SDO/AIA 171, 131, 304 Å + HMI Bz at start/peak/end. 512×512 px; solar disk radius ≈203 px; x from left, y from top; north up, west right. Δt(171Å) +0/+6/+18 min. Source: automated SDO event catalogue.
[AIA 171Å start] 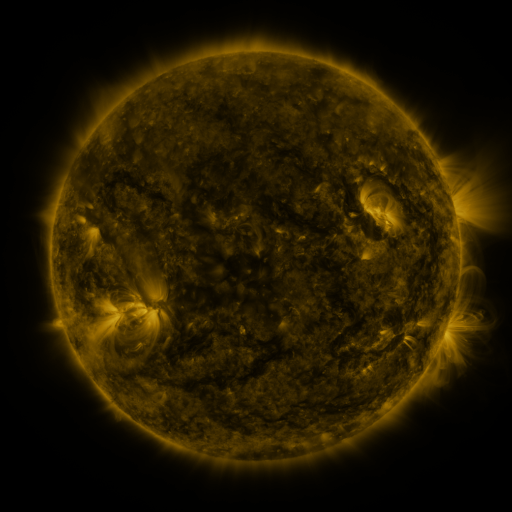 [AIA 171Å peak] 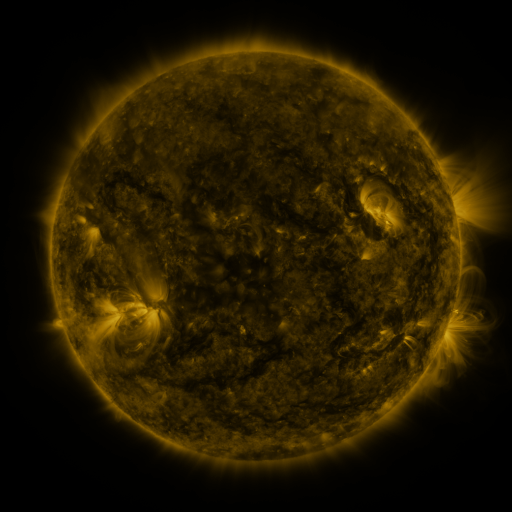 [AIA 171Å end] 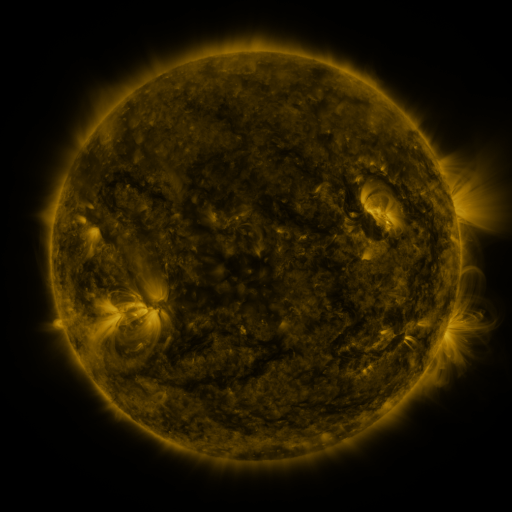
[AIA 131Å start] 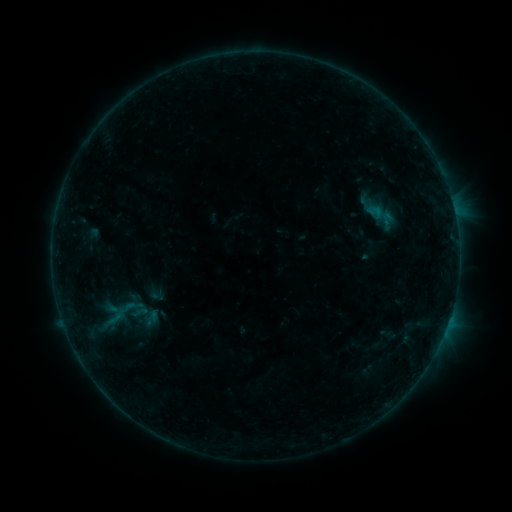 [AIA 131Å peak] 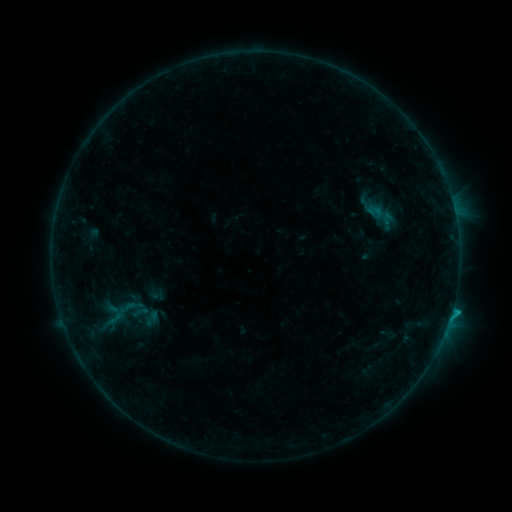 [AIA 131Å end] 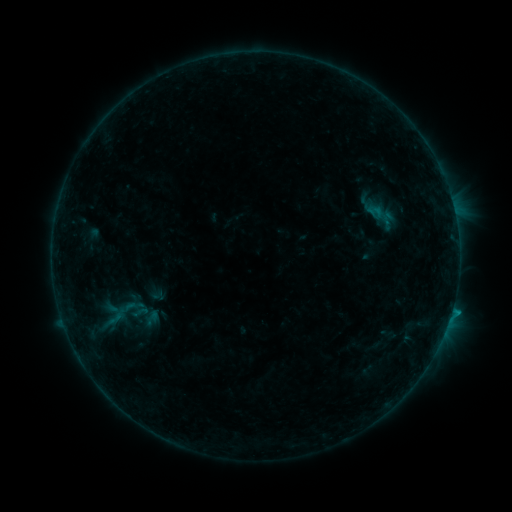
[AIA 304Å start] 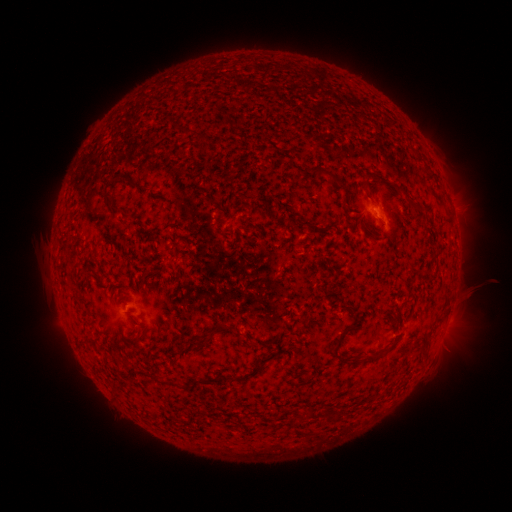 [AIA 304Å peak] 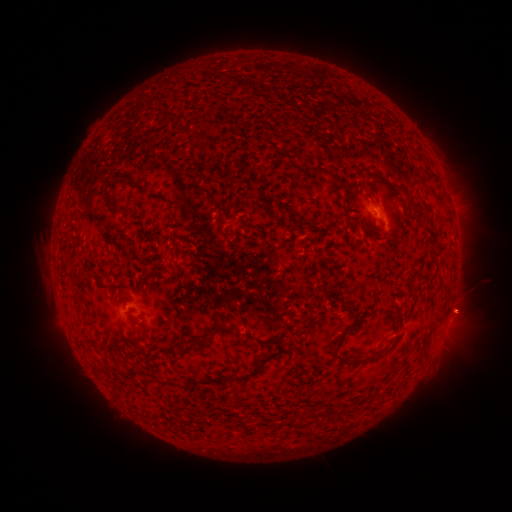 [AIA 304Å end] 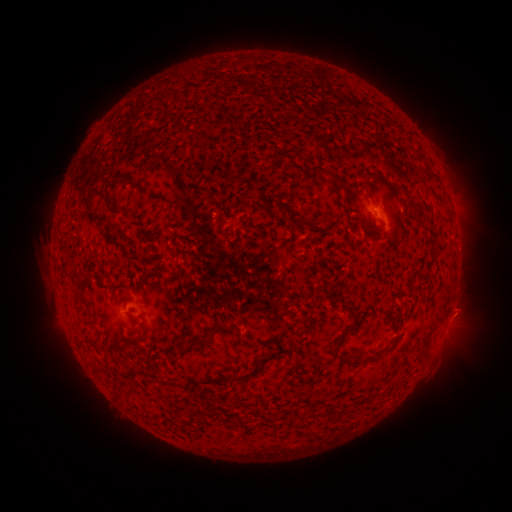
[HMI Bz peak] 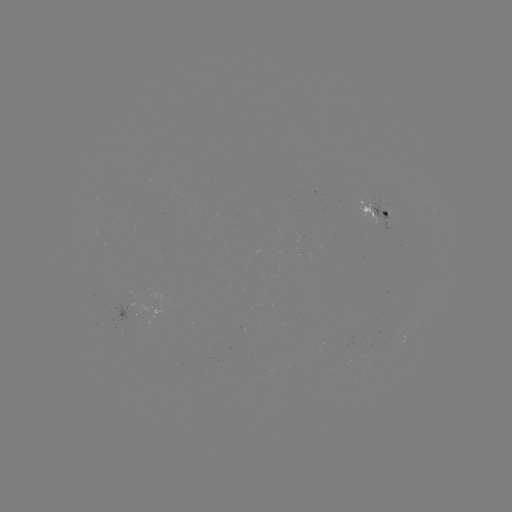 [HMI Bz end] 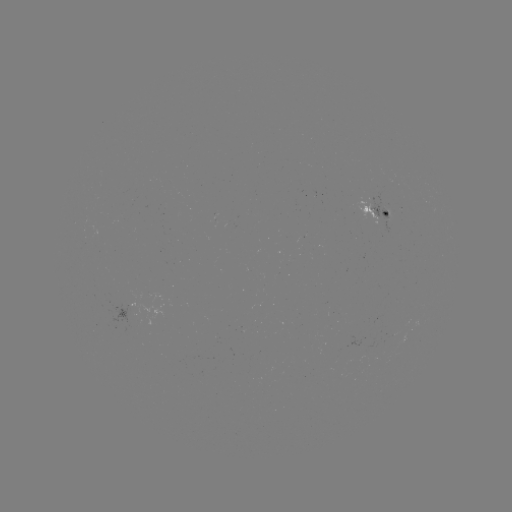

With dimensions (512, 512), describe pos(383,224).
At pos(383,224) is B7.2 flare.